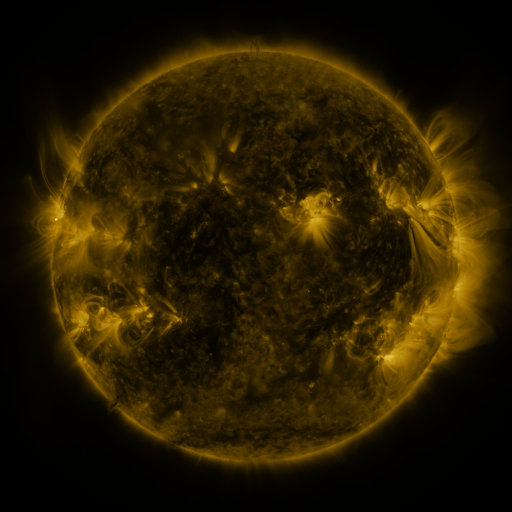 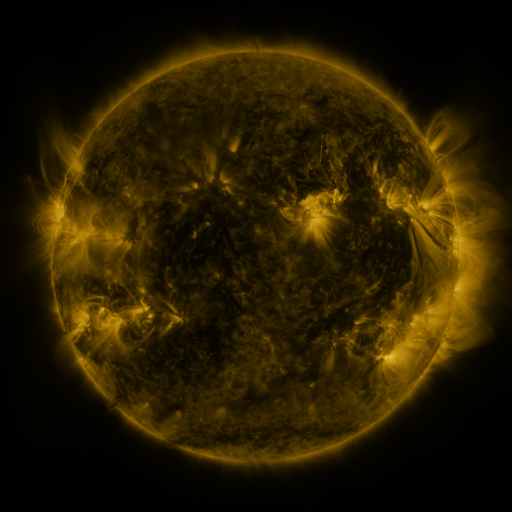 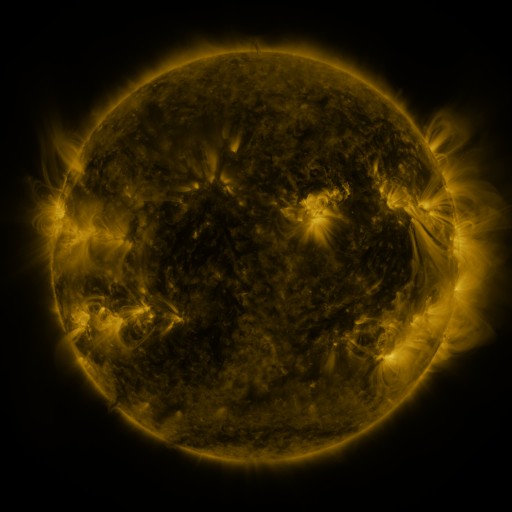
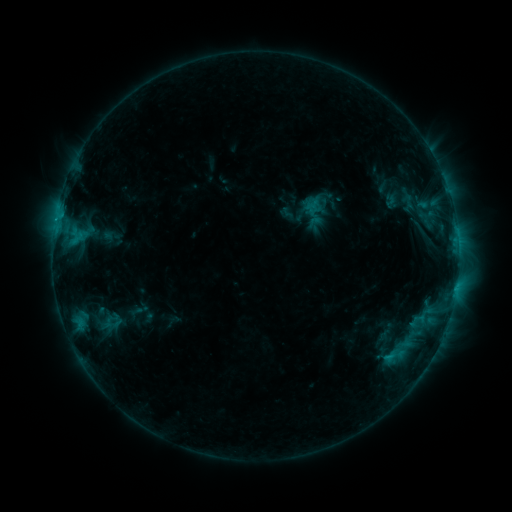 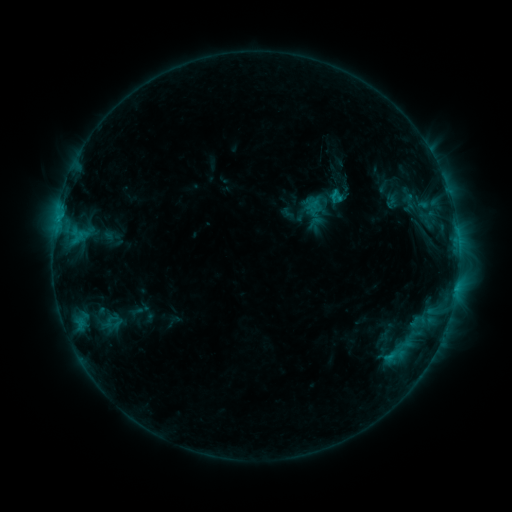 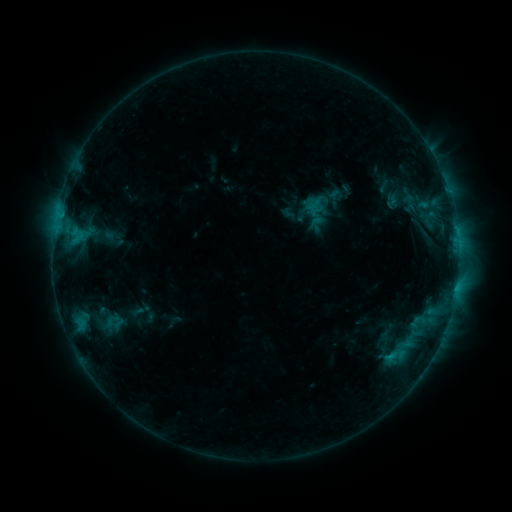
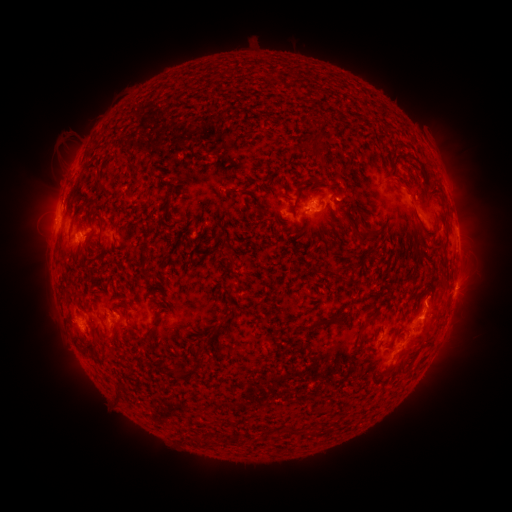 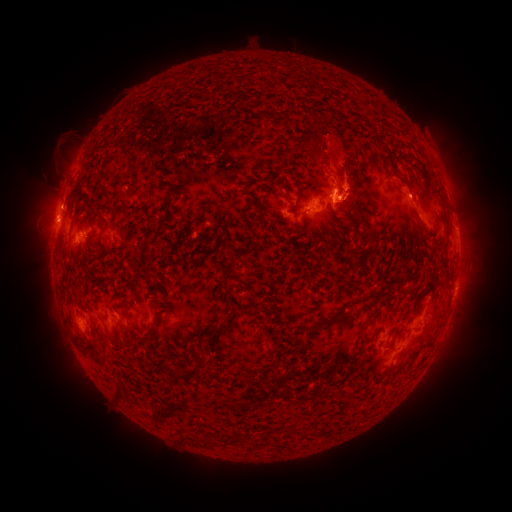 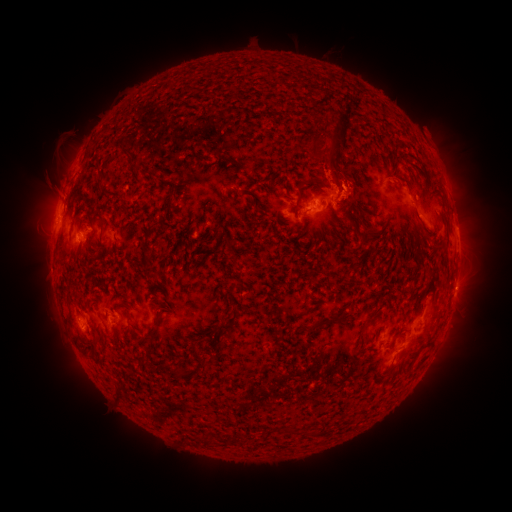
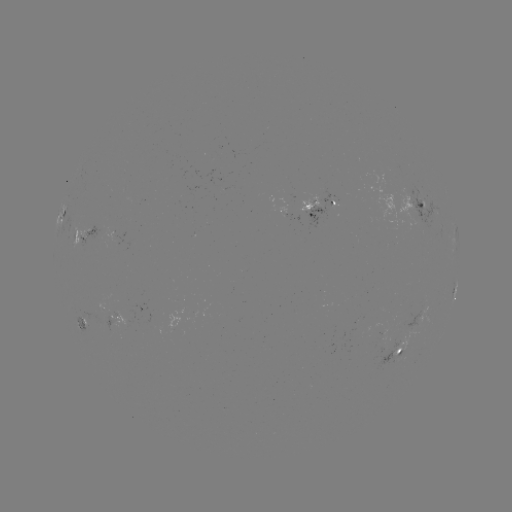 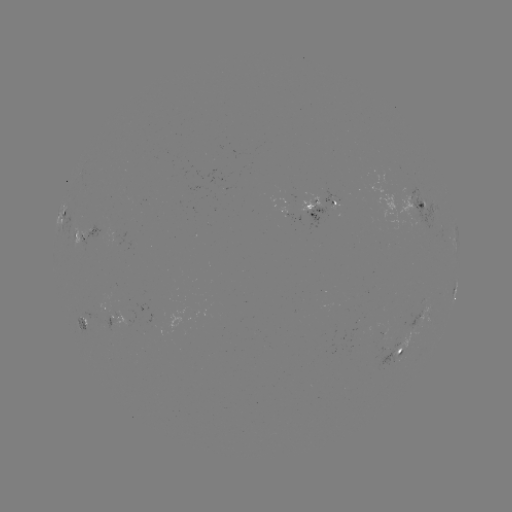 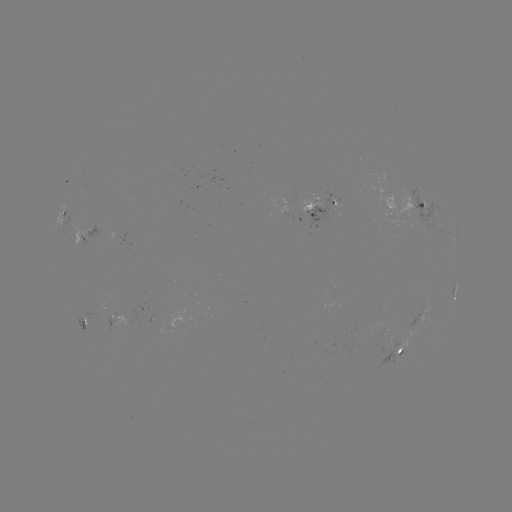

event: eruption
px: (335, 161)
